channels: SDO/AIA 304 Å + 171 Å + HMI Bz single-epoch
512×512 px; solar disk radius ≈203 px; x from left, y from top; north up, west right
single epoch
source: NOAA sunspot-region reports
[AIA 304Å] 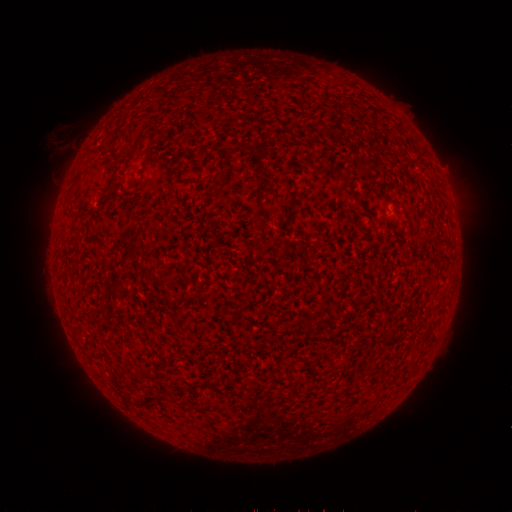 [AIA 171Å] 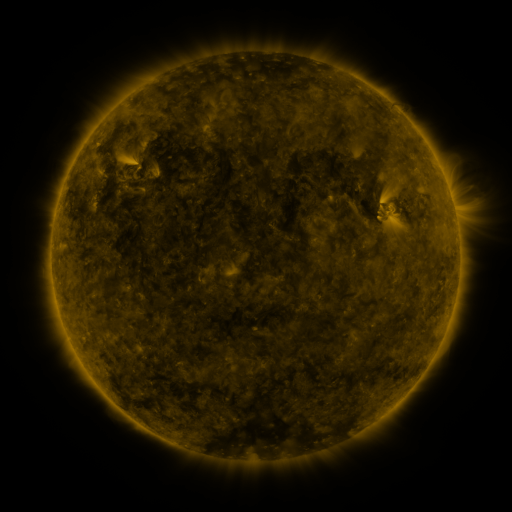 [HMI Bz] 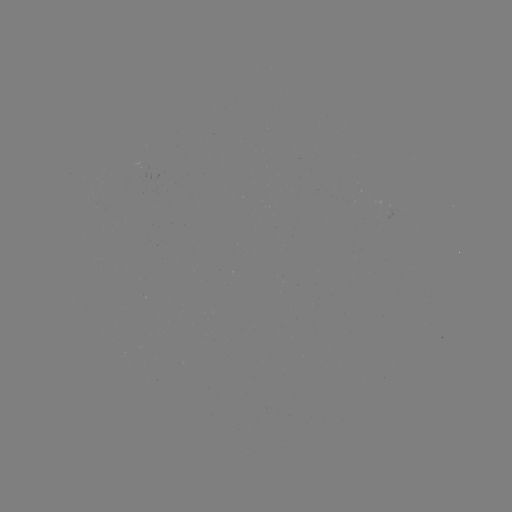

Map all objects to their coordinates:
(none)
